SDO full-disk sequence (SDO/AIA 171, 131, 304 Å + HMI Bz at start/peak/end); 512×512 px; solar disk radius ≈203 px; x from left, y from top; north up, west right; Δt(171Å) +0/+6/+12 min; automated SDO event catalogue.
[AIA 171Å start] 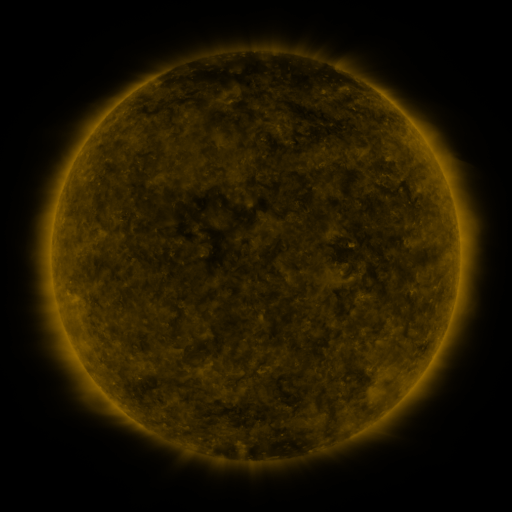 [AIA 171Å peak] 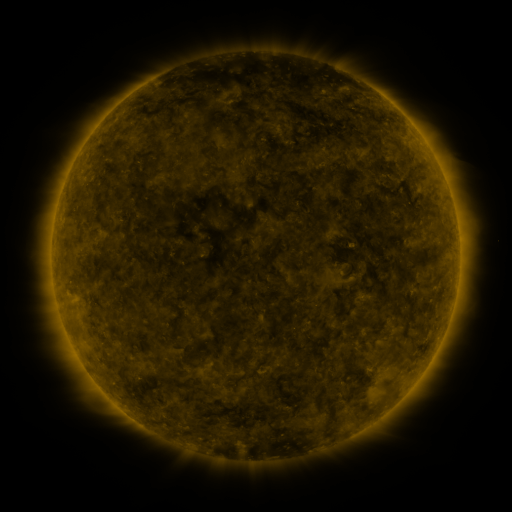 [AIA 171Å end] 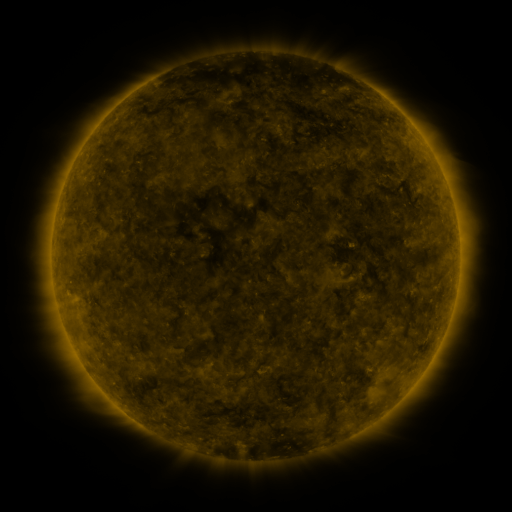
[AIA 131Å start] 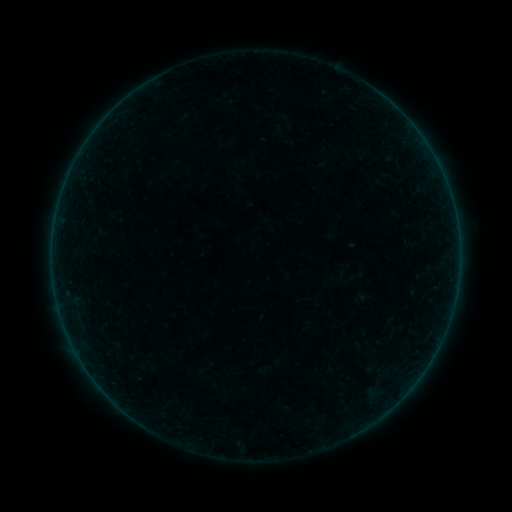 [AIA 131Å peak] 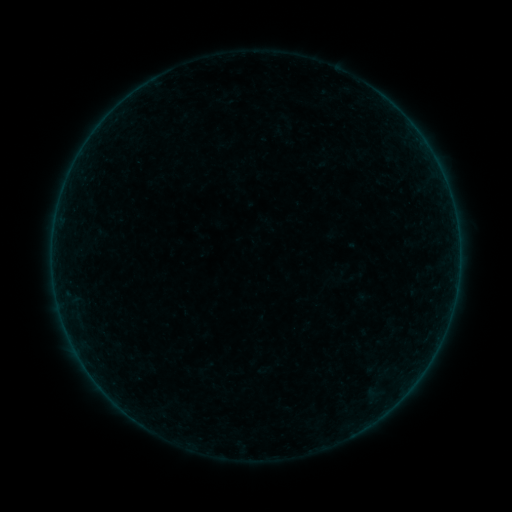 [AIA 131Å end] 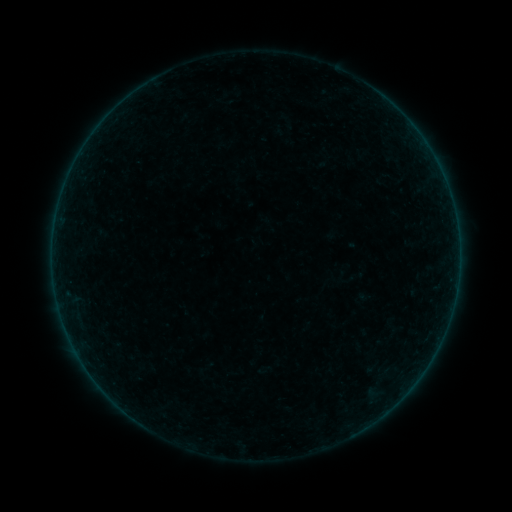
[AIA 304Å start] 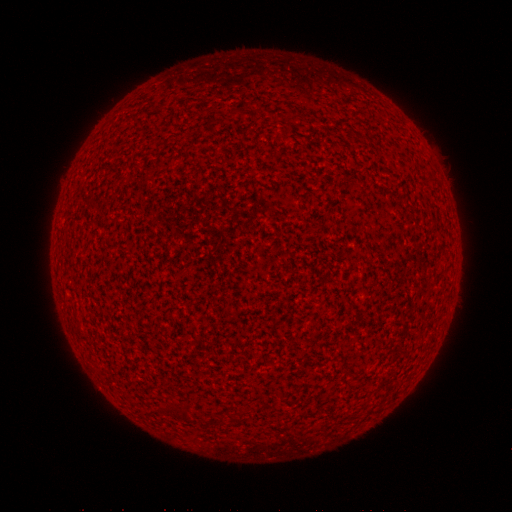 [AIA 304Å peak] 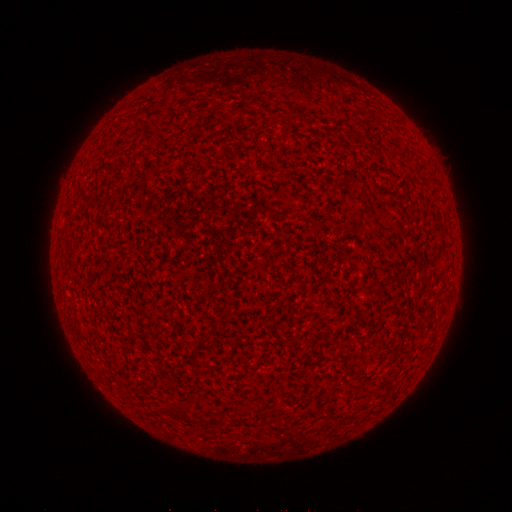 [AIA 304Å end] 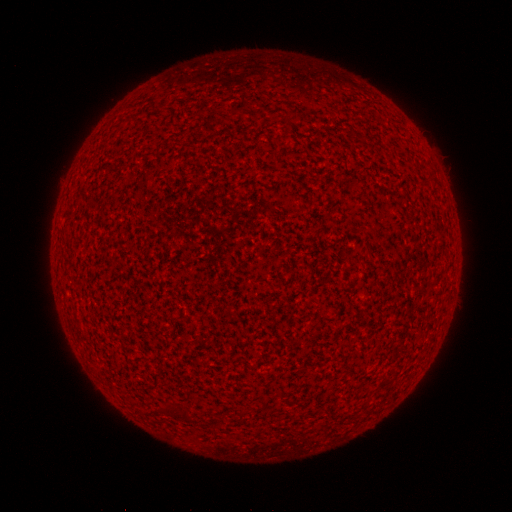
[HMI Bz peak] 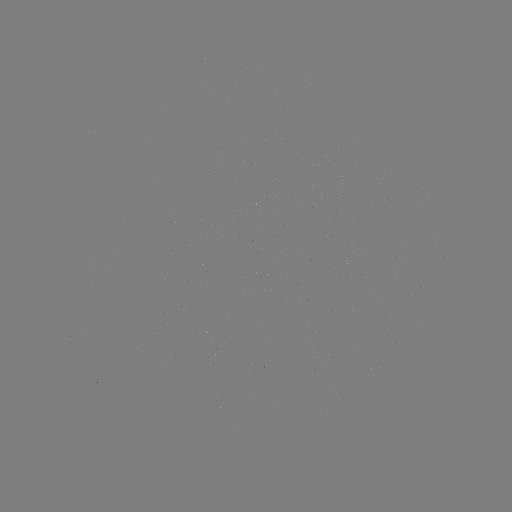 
no flare in any classed list; no EUV-trigger detection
